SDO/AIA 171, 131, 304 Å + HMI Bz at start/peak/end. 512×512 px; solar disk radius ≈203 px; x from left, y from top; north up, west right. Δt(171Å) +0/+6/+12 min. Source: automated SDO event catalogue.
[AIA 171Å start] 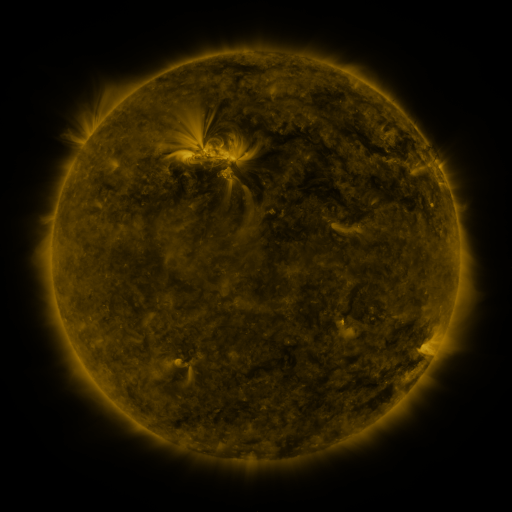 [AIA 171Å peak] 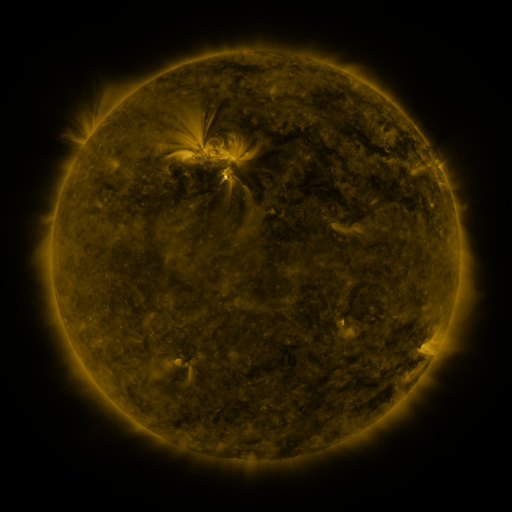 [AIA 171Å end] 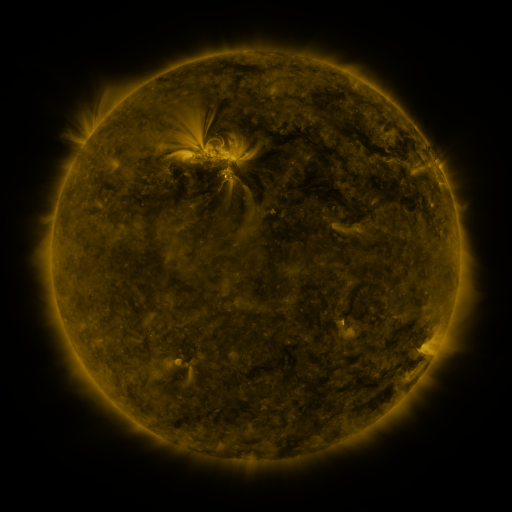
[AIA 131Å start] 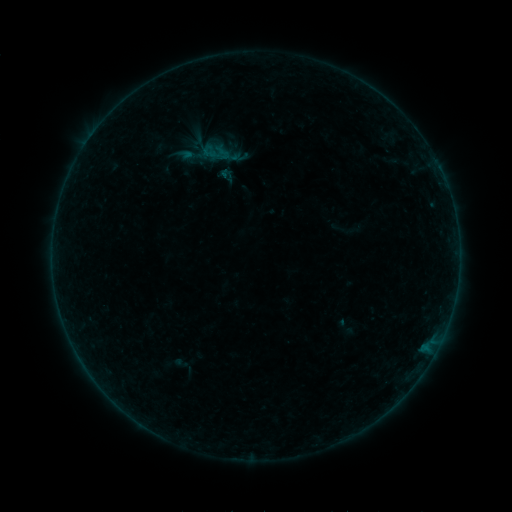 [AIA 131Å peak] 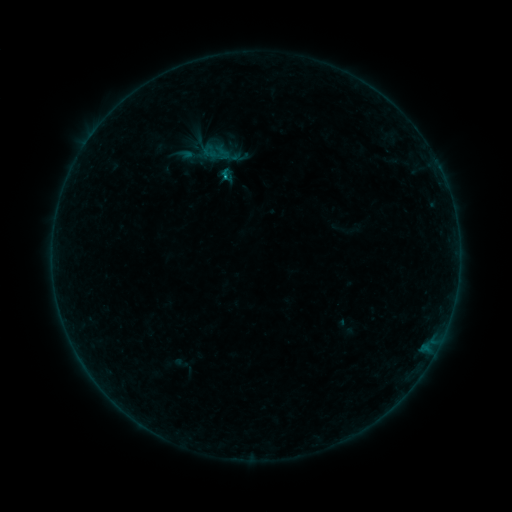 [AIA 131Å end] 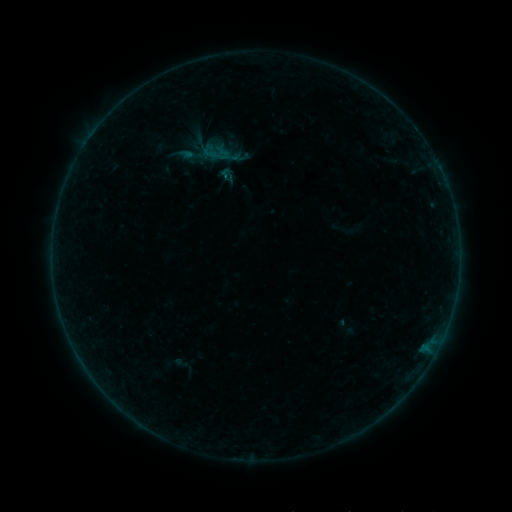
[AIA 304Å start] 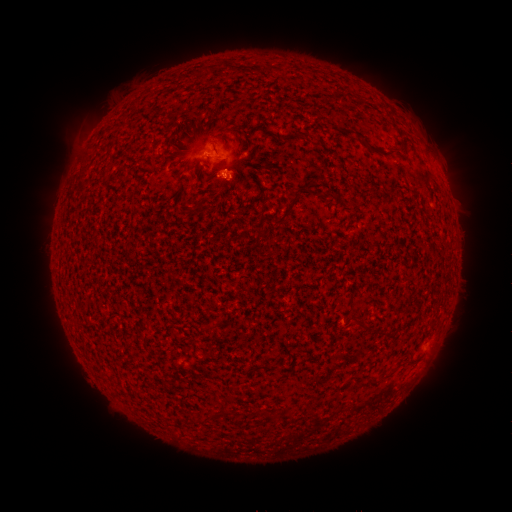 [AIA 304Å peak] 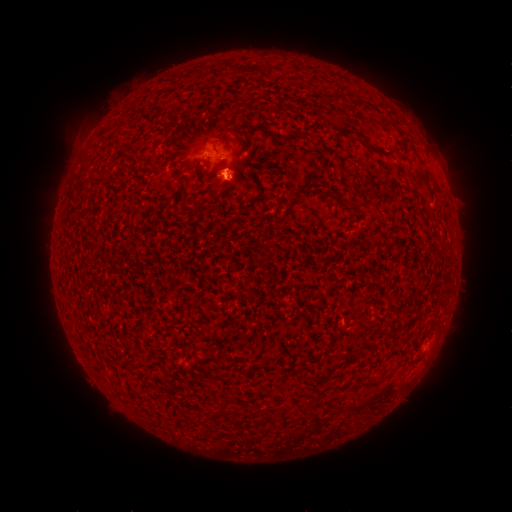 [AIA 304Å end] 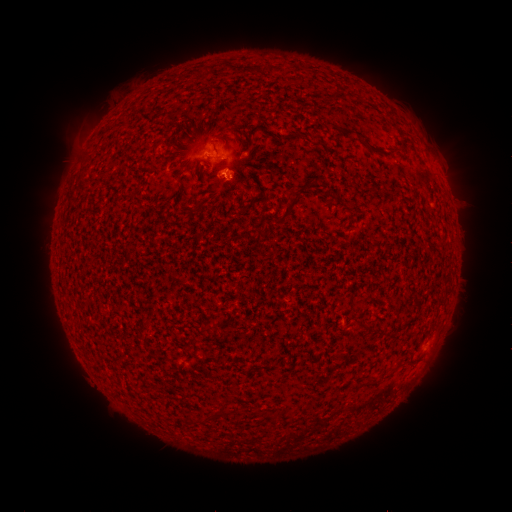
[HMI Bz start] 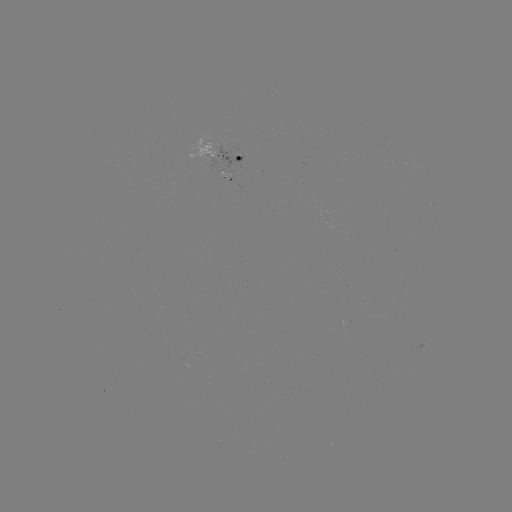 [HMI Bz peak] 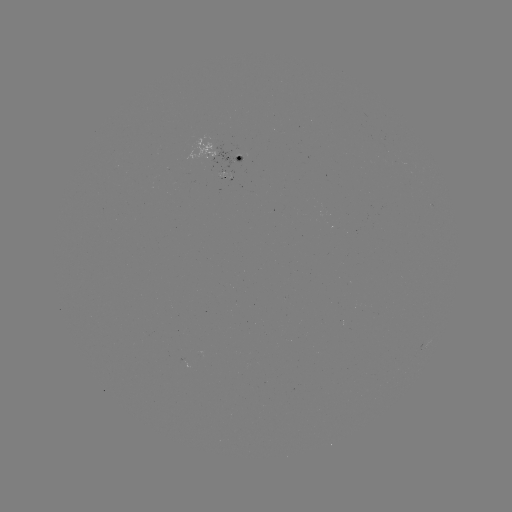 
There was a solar flare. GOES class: B2.4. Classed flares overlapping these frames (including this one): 1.